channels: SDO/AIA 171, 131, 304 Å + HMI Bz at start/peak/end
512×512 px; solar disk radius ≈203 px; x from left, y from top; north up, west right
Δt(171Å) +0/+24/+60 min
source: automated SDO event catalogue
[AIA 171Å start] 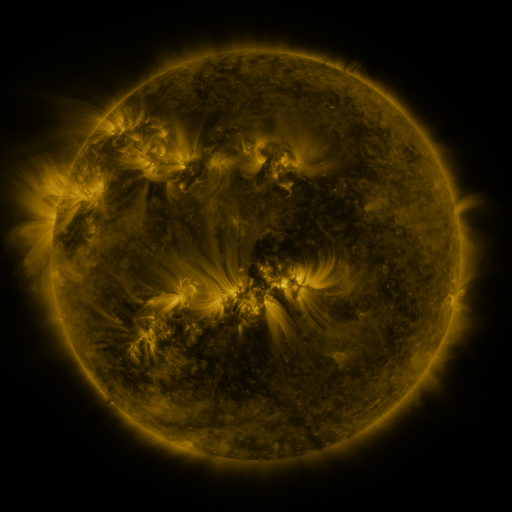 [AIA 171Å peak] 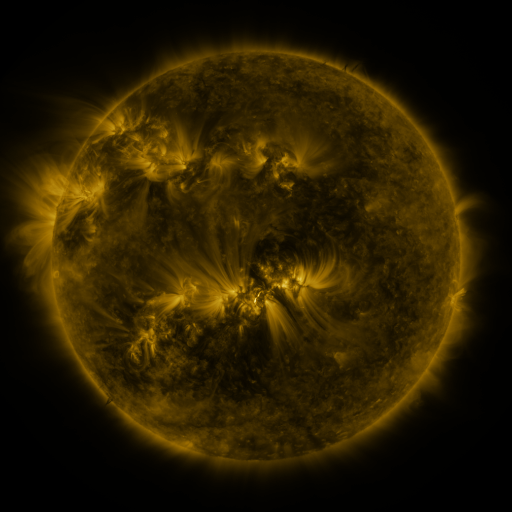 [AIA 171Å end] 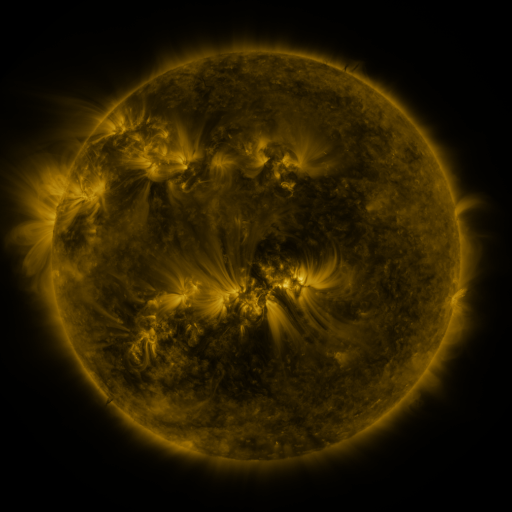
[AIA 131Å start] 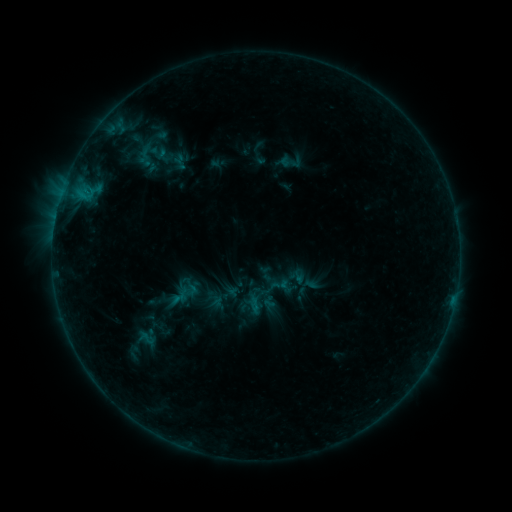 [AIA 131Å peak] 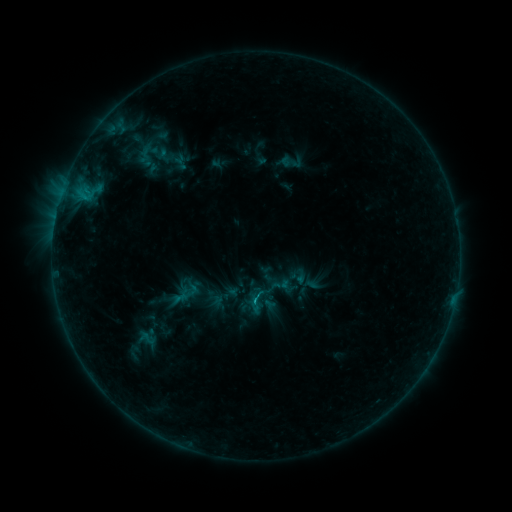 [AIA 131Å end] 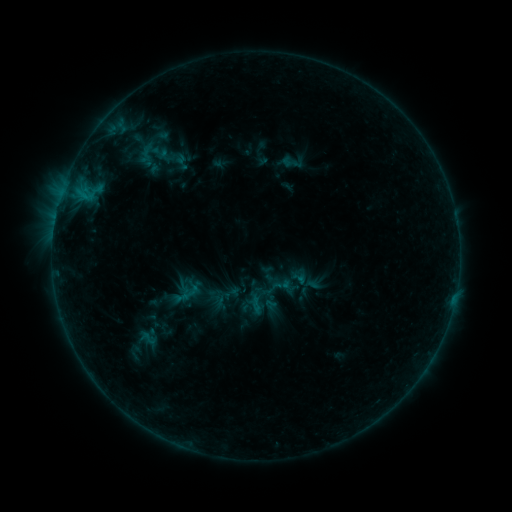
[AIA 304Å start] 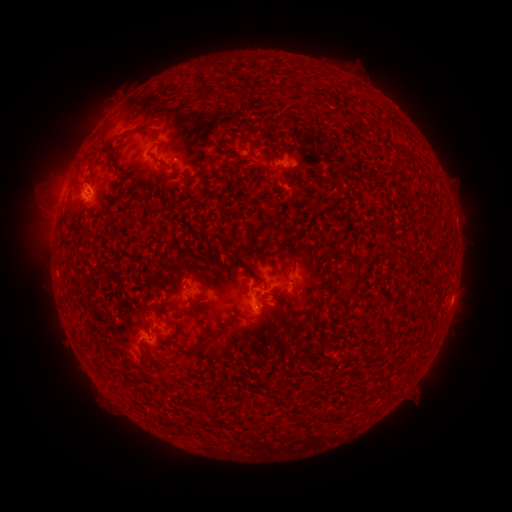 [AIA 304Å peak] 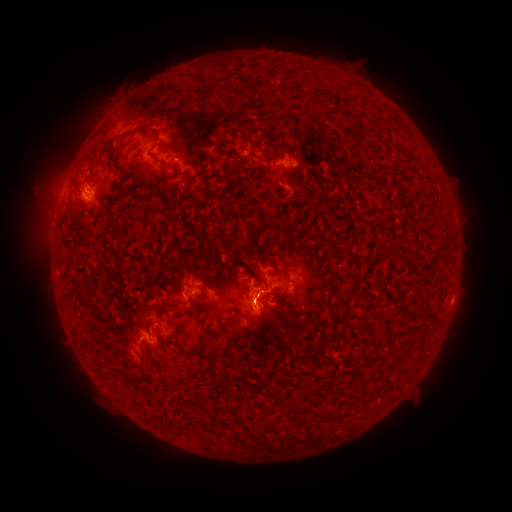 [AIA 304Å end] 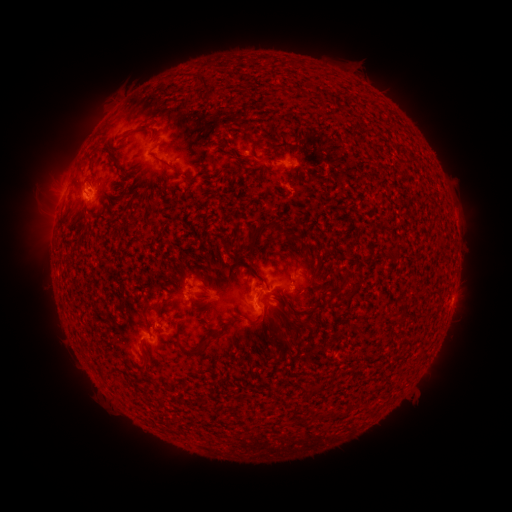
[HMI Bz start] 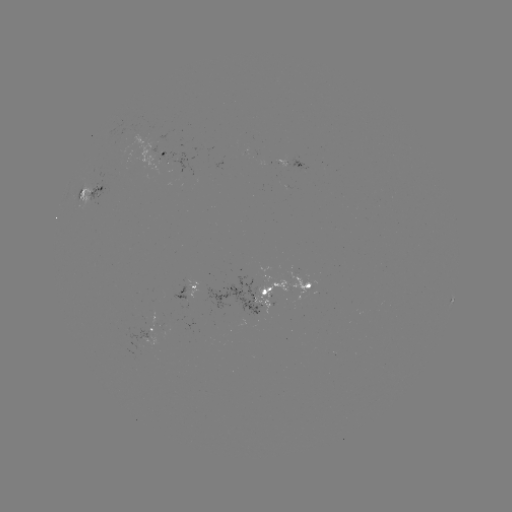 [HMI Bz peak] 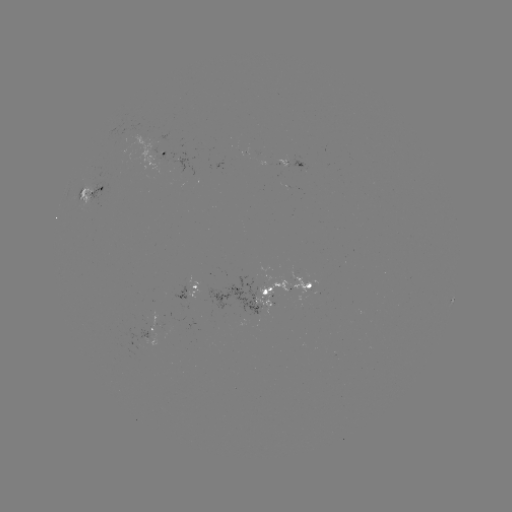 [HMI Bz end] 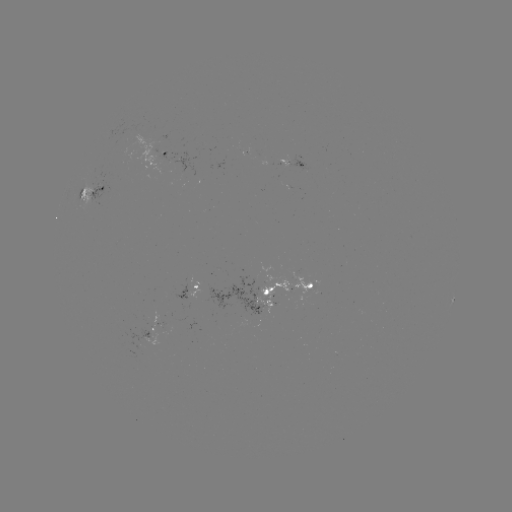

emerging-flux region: (172, 157, 193, 175)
